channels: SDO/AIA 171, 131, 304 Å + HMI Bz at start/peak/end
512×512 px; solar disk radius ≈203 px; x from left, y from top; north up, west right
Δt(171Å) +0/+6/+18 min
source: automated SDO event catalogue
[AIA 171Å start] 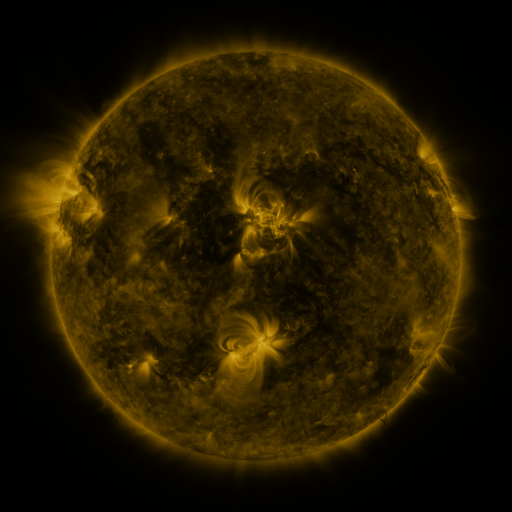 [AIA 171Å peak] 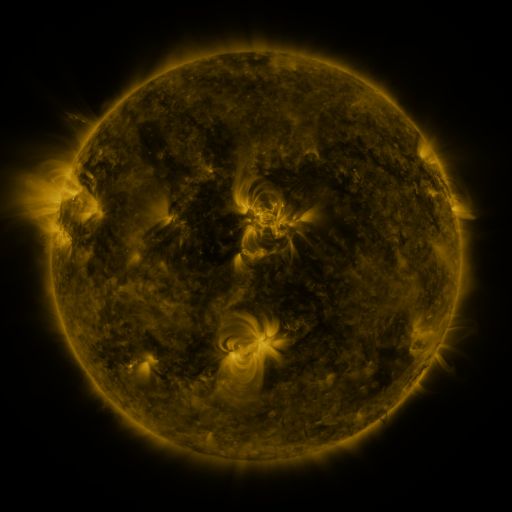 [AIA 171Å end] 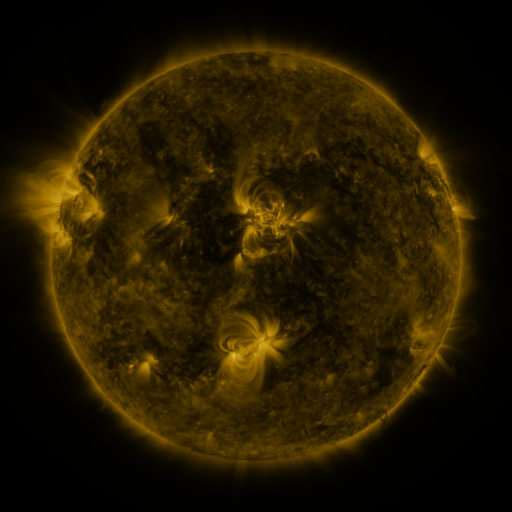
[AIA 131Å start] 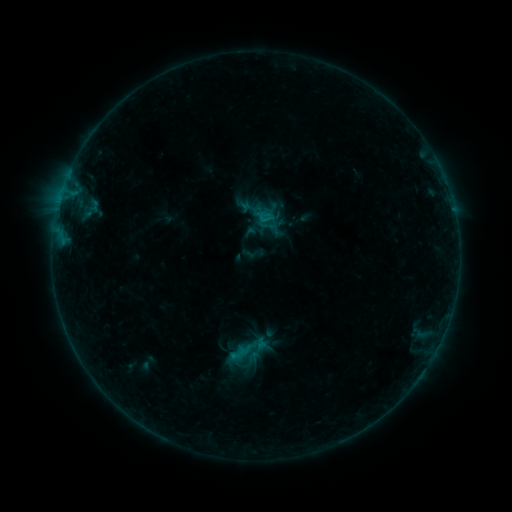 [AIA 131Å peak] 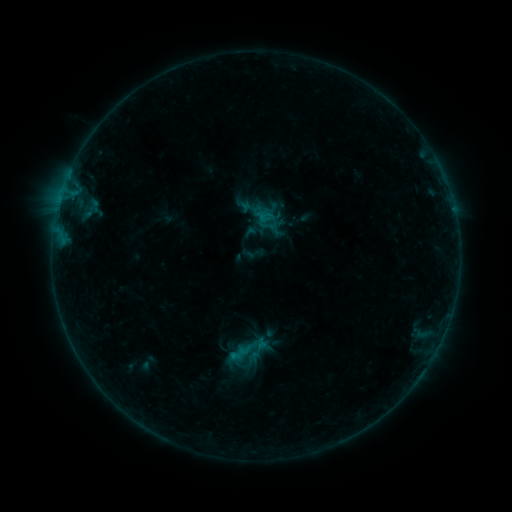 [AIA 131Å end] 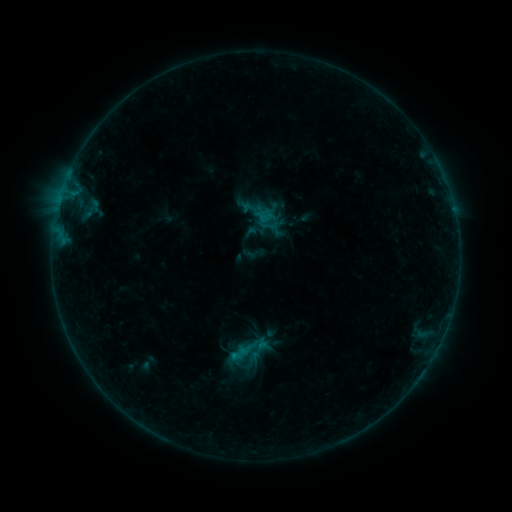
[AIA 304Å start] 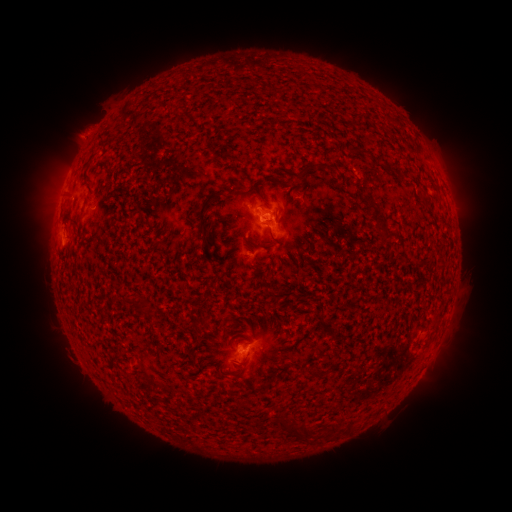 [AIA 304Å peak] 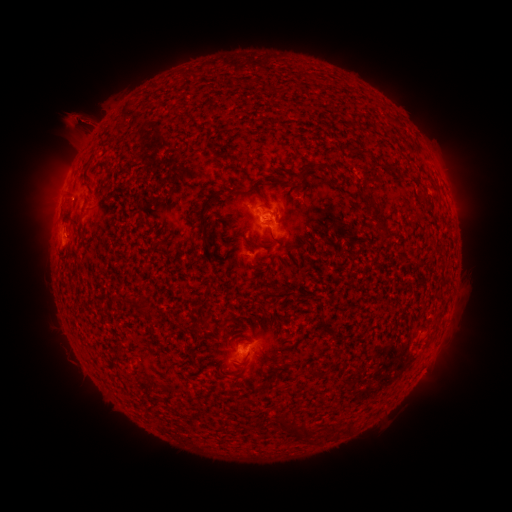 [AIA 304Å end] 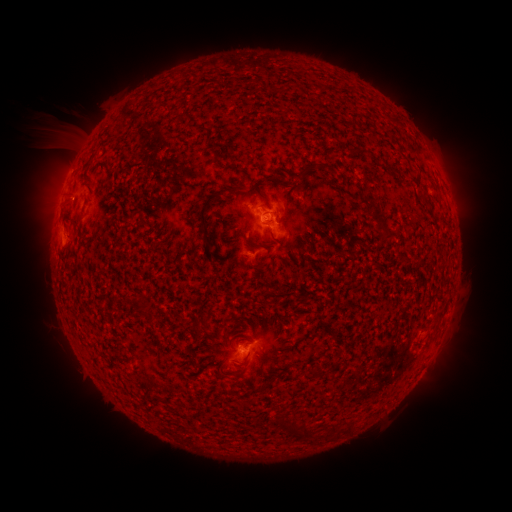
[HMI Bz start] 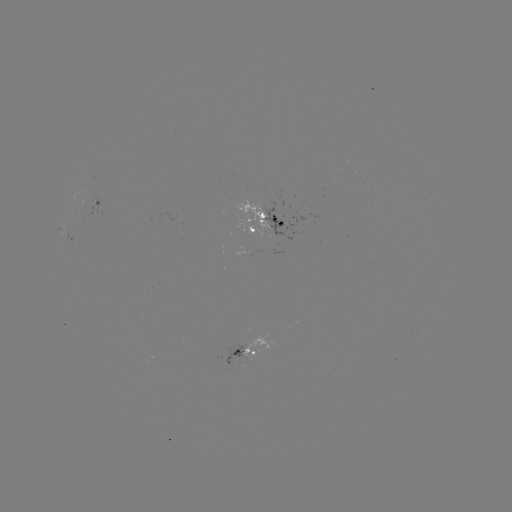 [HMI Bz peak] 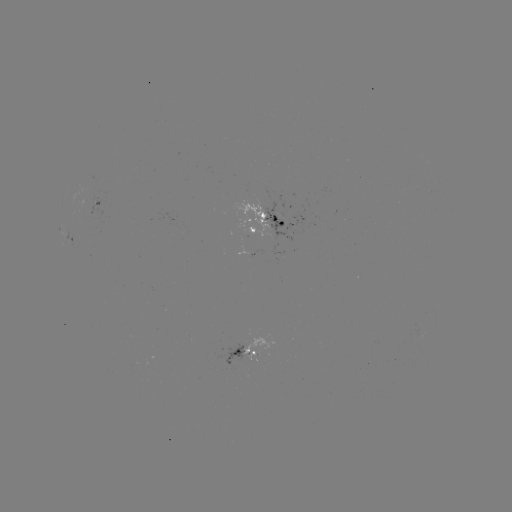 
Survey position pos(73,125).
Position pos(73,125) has eruption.